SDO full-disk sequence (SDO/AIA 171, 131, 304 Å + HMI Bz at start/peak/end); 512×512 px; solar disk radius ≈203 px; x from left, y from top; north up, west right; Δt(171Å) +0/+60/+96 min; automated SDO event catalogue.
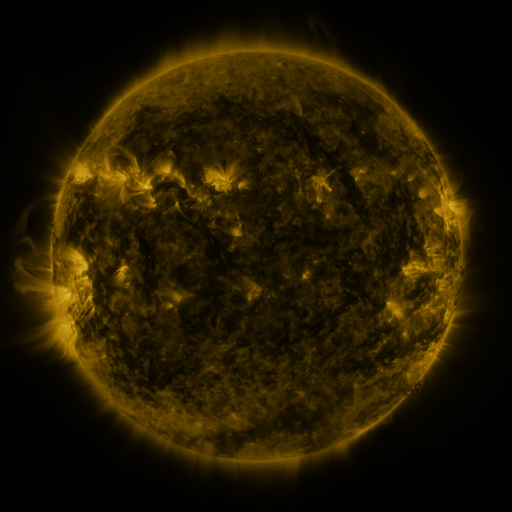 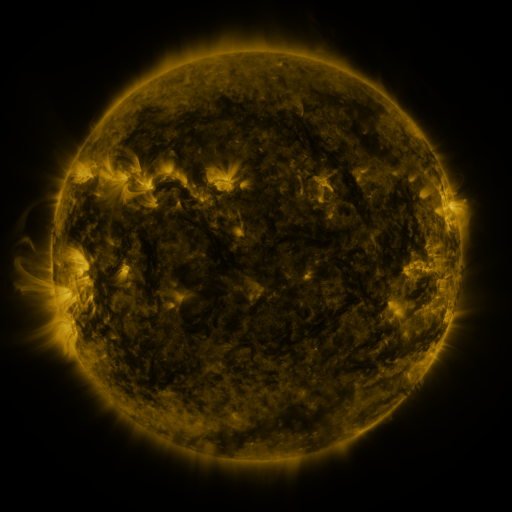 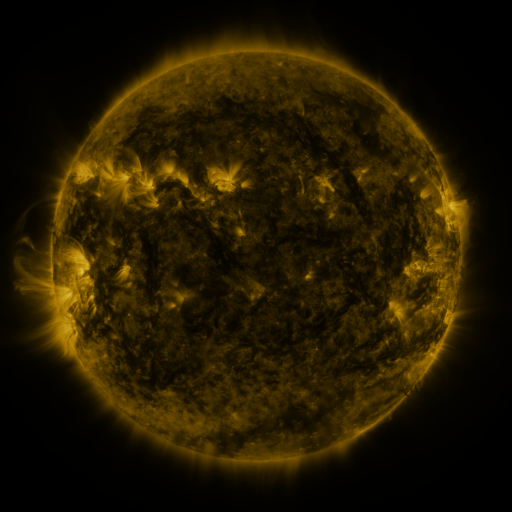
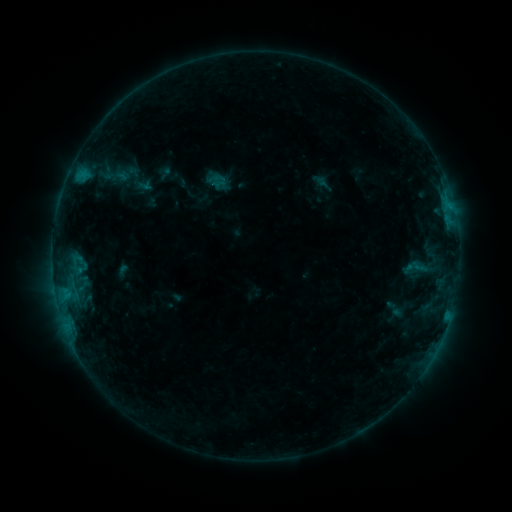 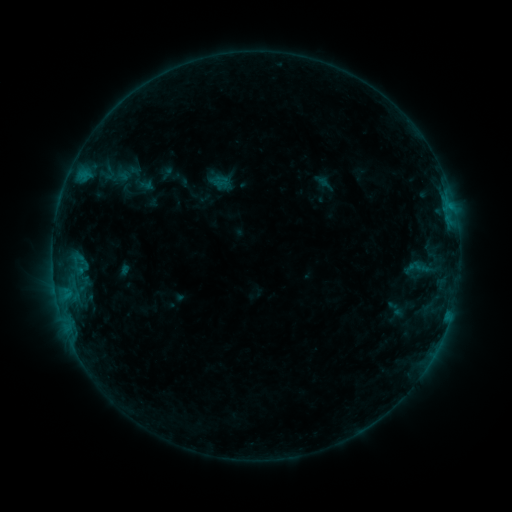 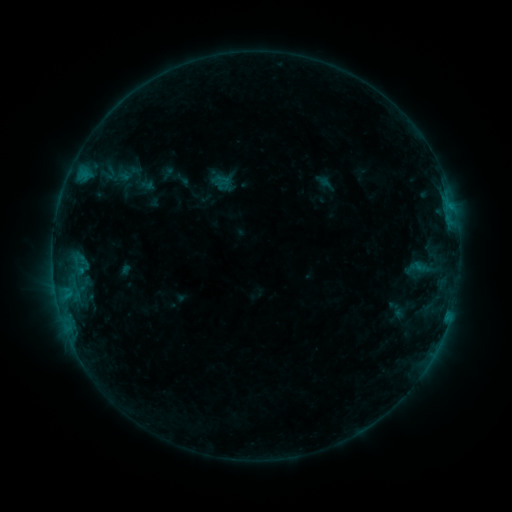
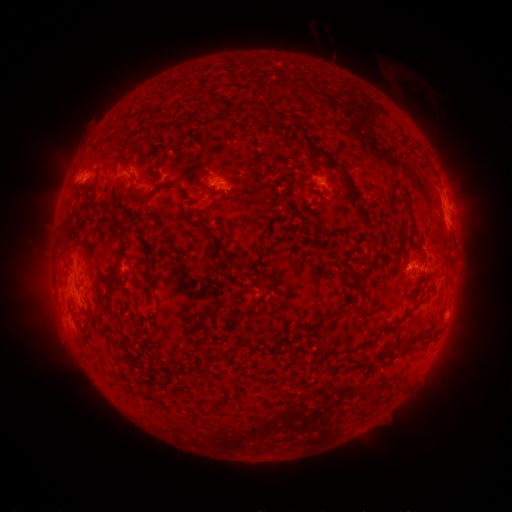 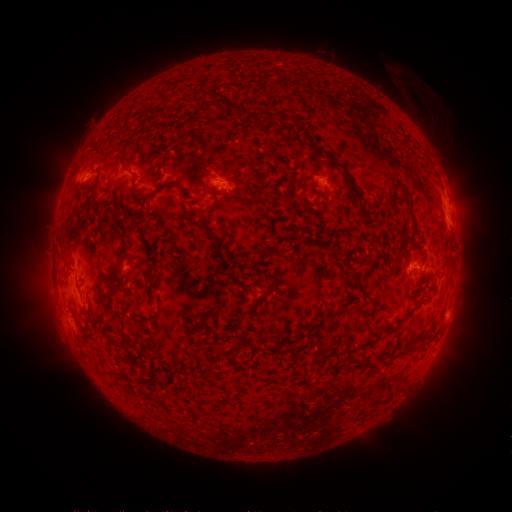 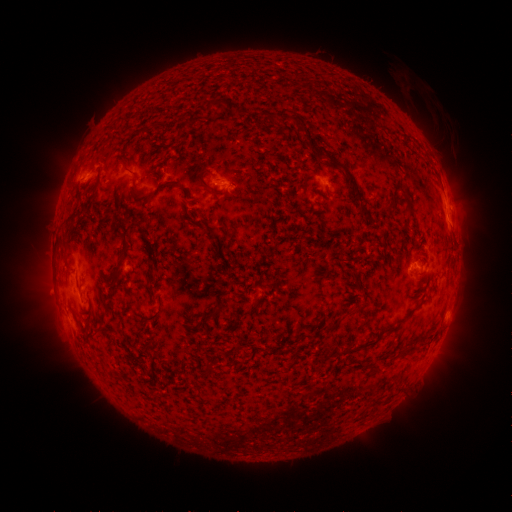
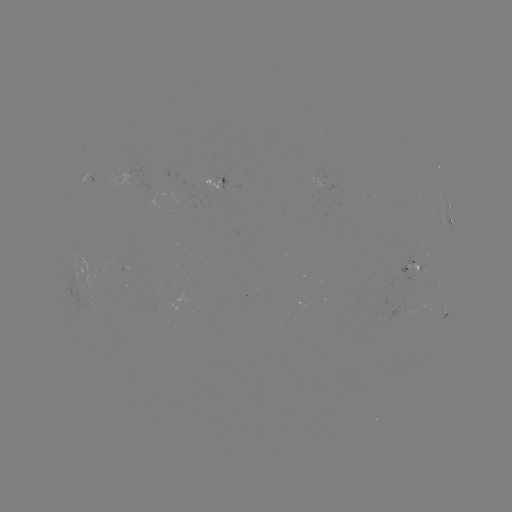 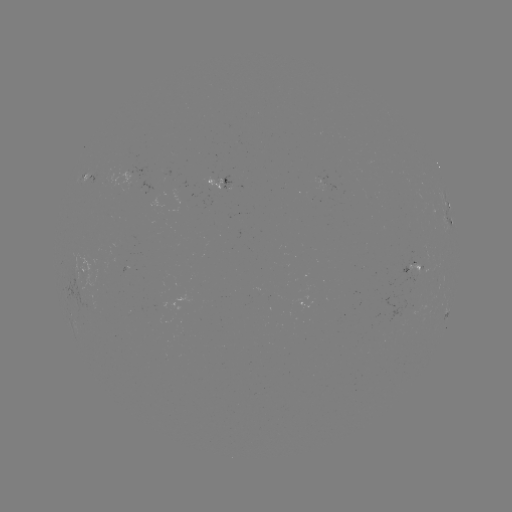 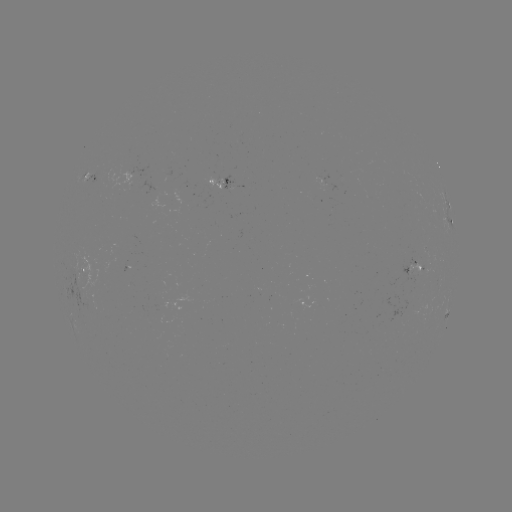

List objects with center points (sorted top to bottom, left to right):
emerging-flux region: (413, 270)
